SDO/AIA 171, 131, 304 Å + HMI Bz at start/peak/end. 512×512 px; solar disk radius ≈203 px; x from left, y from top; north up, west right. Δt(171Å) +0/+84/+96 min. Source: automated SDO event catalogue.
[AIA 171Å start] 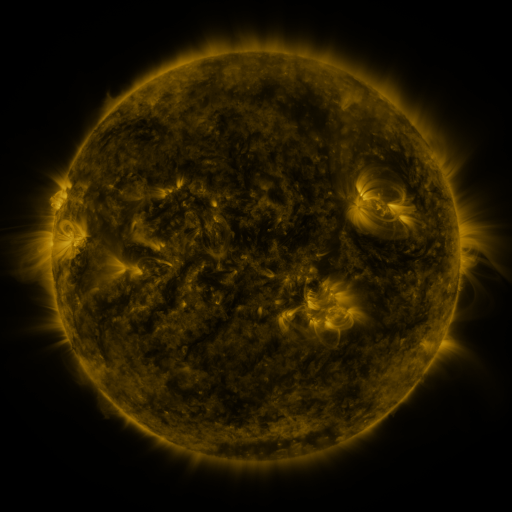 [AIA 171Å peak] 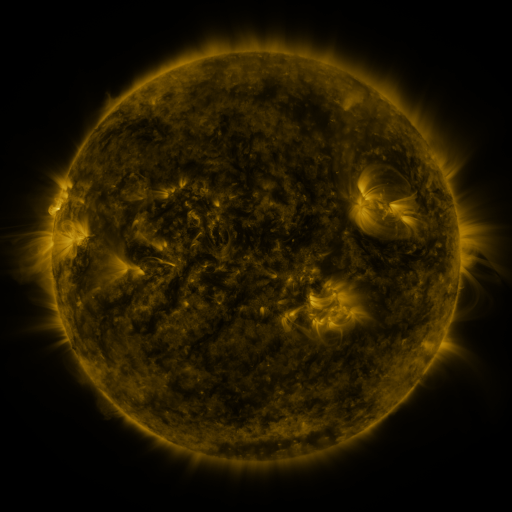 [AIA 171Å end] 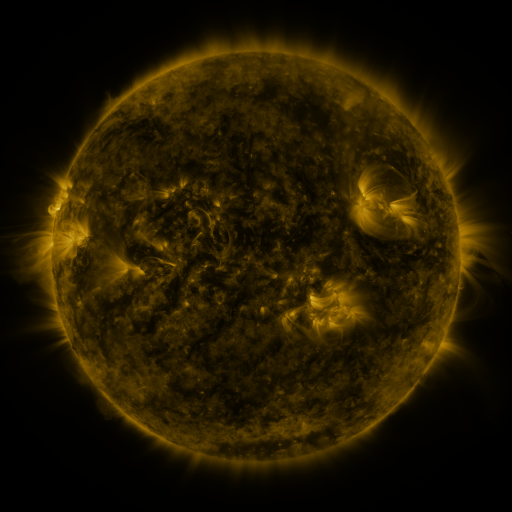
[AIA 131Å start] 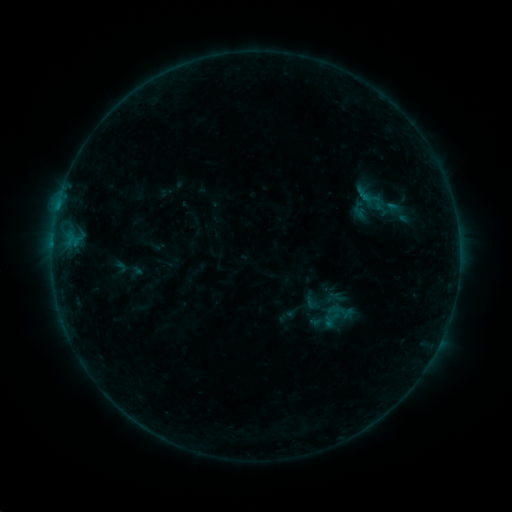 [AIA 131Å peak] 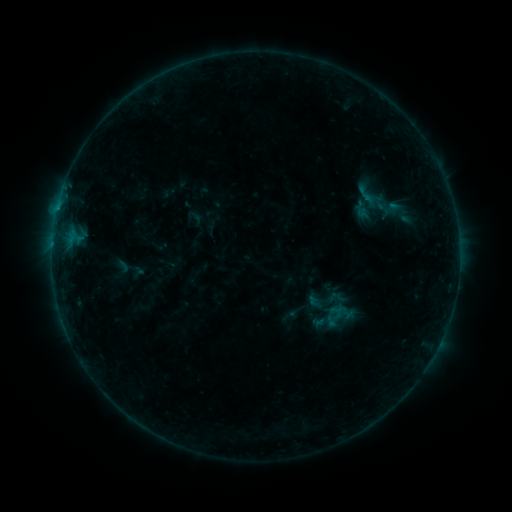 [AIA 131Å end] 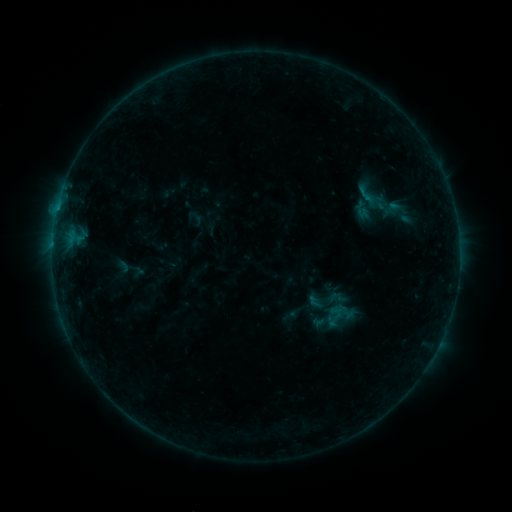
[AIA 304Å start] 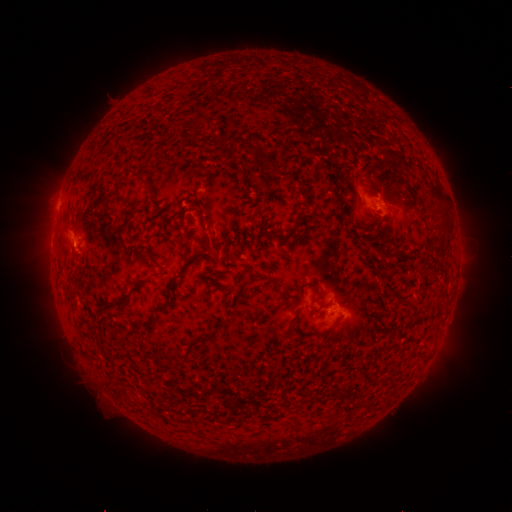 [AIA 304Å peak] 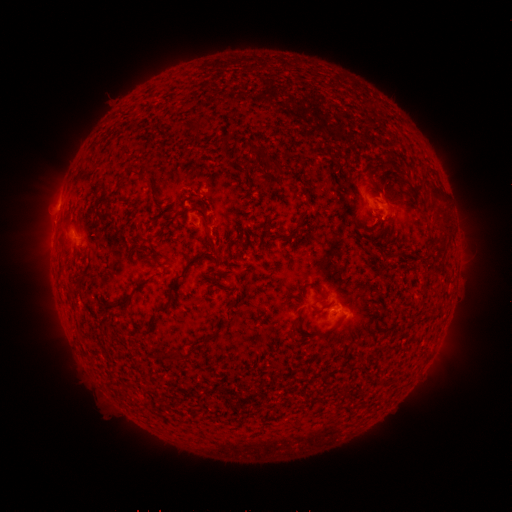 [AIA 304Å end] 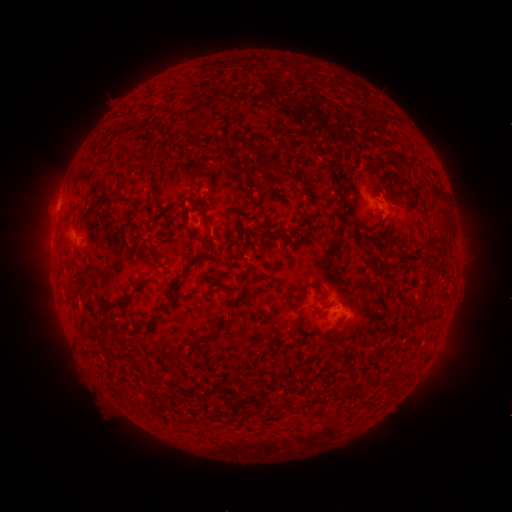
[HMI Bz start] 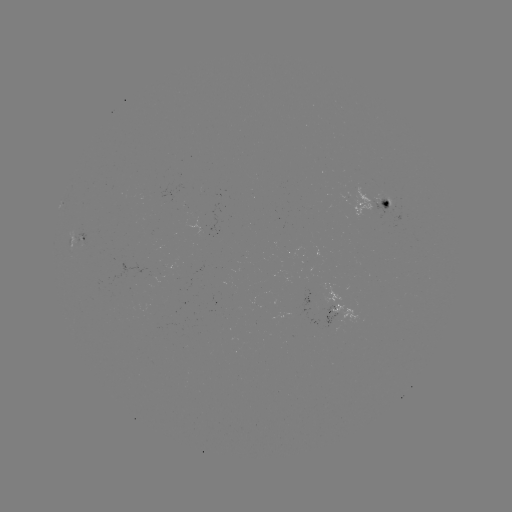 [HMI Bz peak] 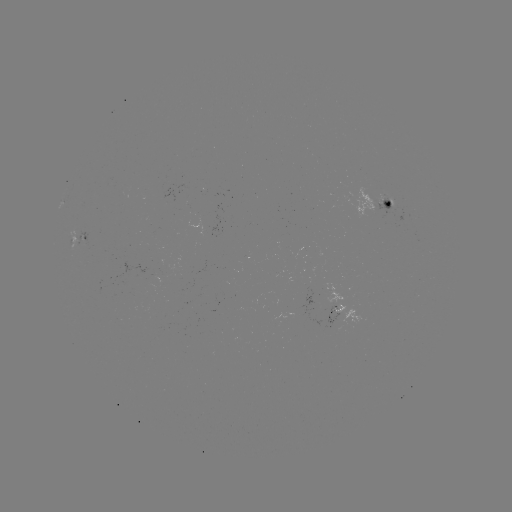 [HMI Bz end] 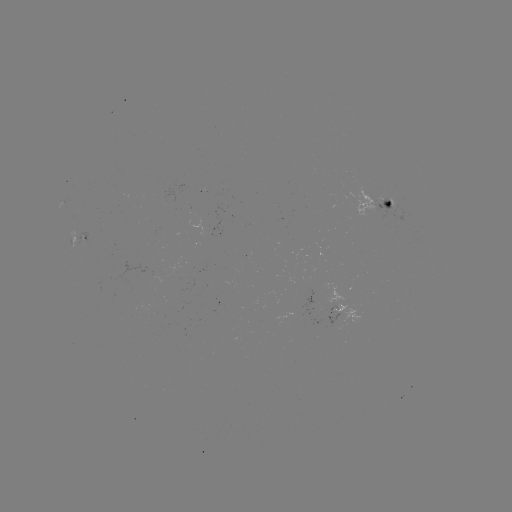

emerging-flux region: (377, 201, 395, 221)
